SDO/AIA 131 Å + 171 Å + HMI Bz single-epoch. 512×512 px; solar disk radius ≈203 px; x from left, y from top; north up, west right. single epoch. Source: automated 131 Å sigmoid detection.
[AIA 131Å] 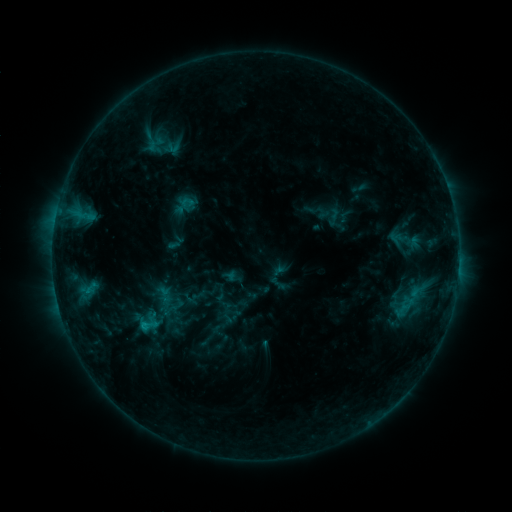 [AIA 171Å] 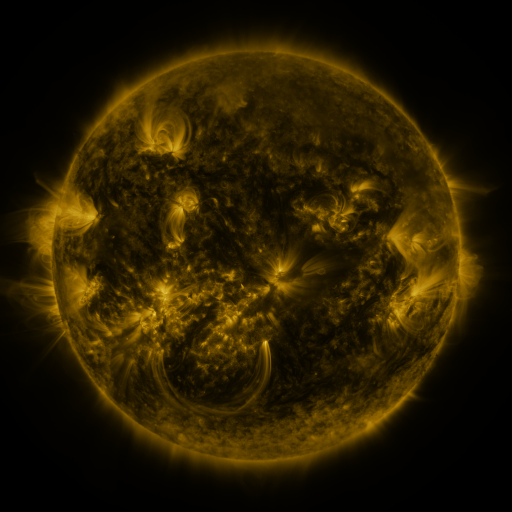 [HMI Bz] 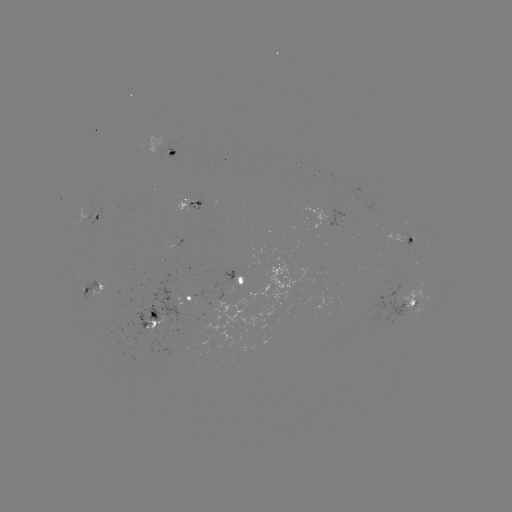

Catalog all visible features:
sigmoid: [397, 294, 417, 315]
sigmoid: [159, 302, 180, 318]
sigmoid: [133, 315, 163, 335]
